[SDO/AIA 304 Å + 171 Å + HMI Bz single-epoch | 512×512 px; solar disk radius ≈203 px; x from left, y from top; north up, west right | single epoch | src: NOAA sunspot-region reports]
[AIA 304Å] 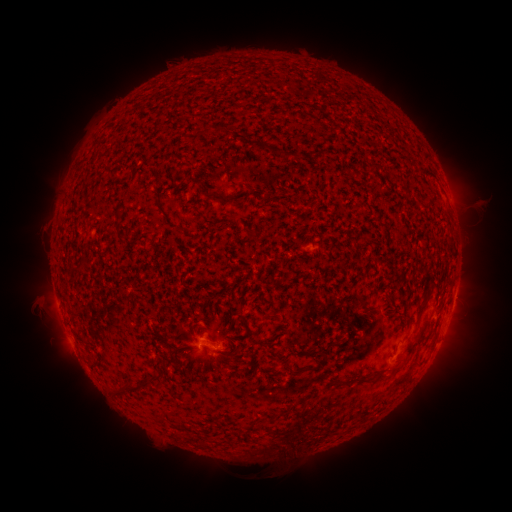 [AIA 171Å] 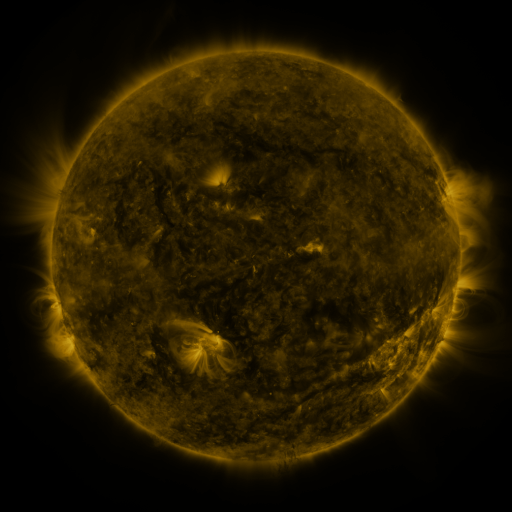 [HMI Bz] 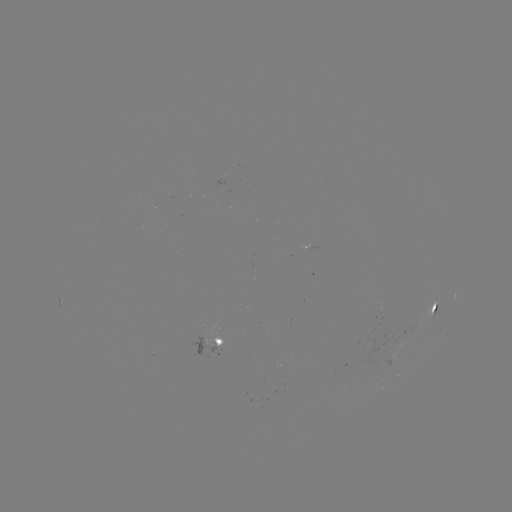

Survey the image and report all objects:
spotted active region: (455, 295)
spotted active region: (434, 307)
spotted active region: (216, 346)
